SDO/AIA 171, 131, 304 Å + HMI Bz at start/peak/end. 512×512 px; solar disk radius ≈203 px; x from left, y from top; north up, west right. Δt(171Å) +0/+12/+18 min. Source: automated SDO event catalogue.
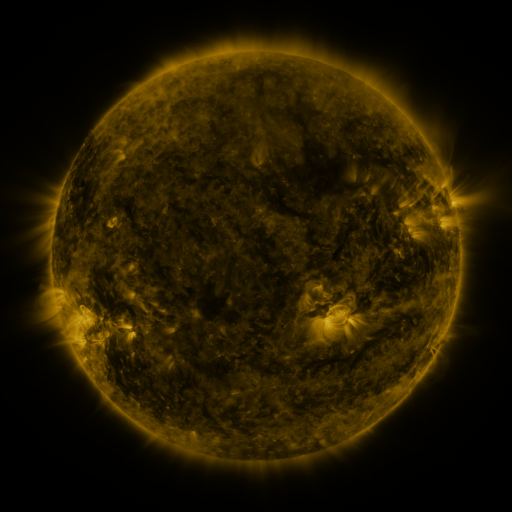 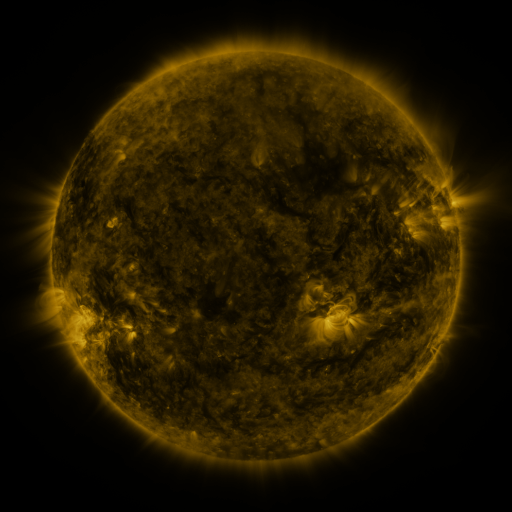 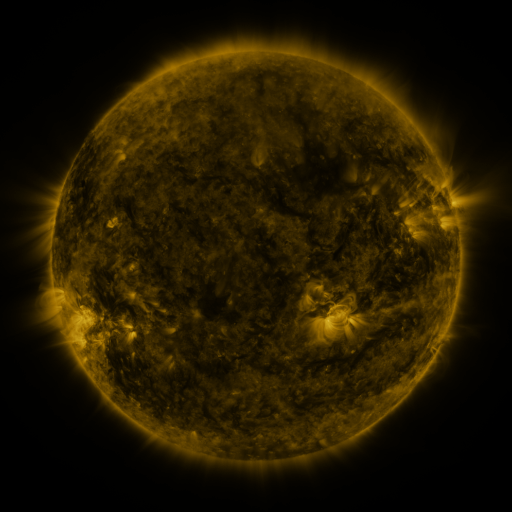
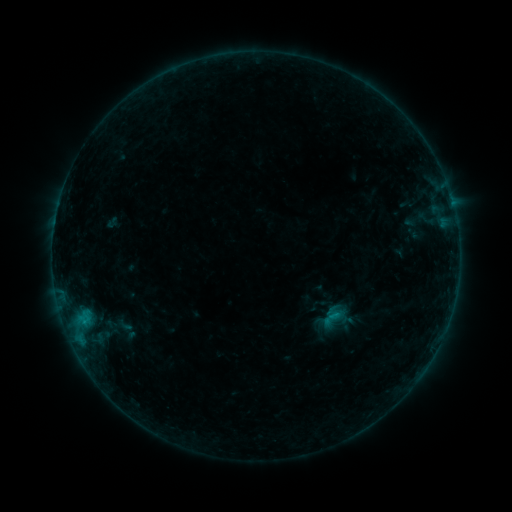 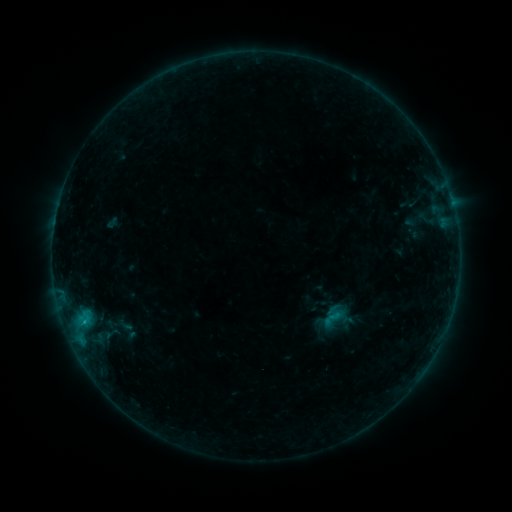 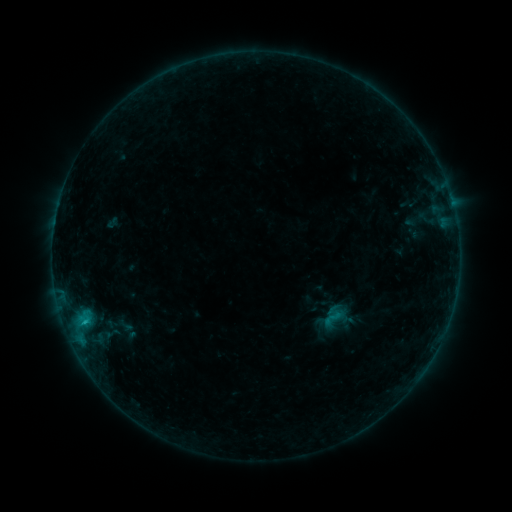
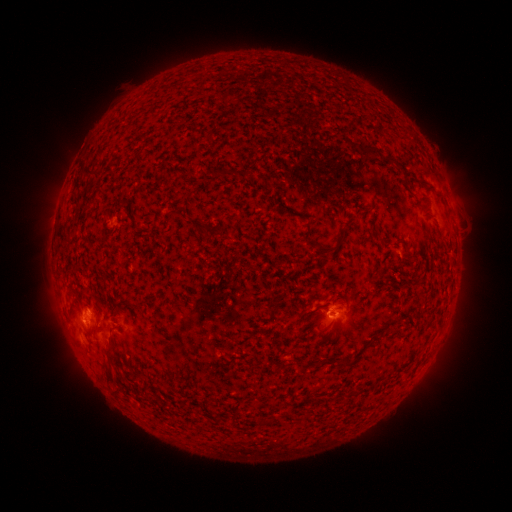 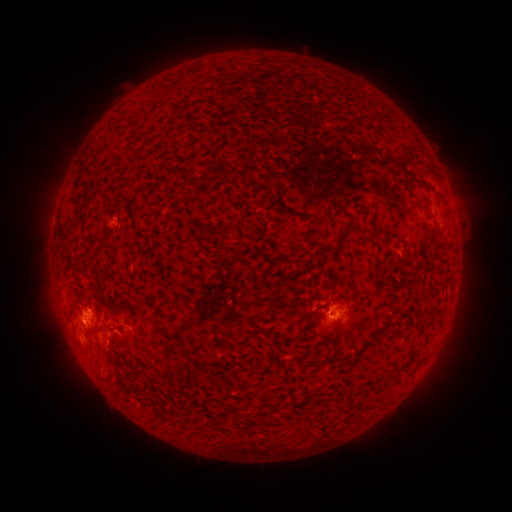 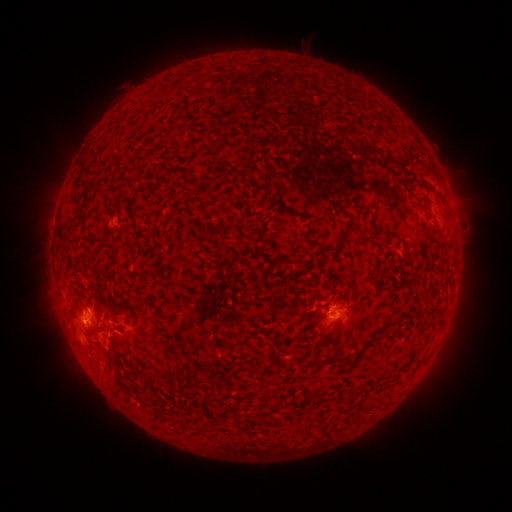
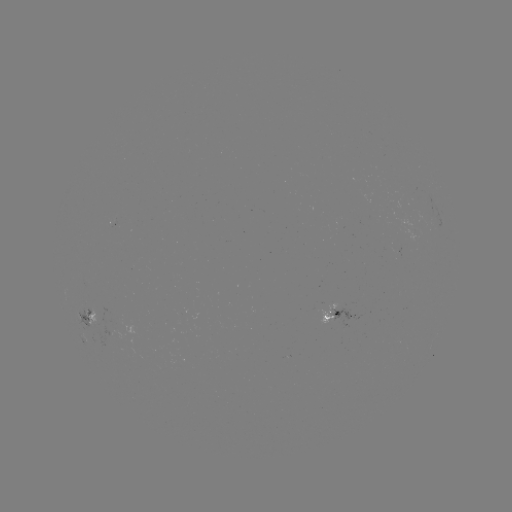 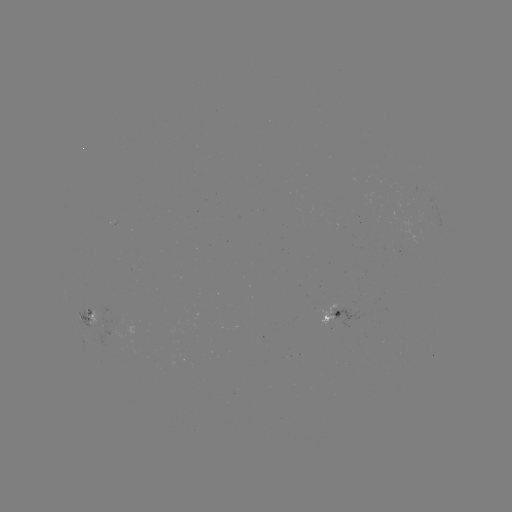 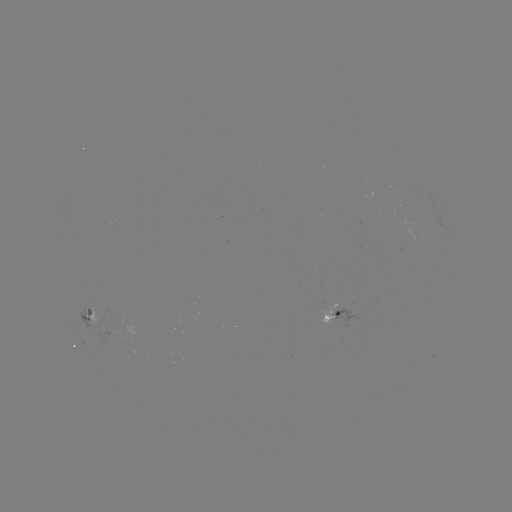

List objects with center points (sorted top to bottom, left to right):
B6.1 flare: (85, 319)
